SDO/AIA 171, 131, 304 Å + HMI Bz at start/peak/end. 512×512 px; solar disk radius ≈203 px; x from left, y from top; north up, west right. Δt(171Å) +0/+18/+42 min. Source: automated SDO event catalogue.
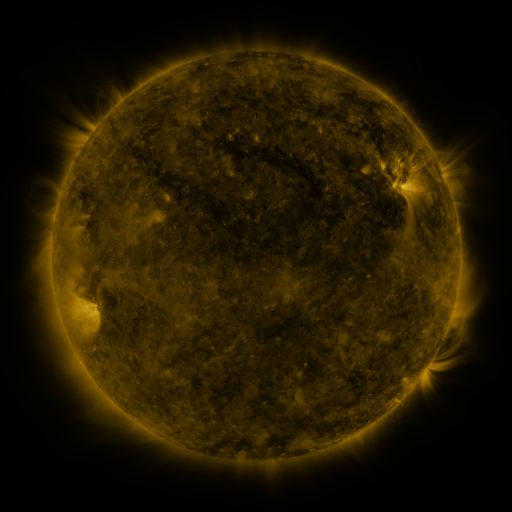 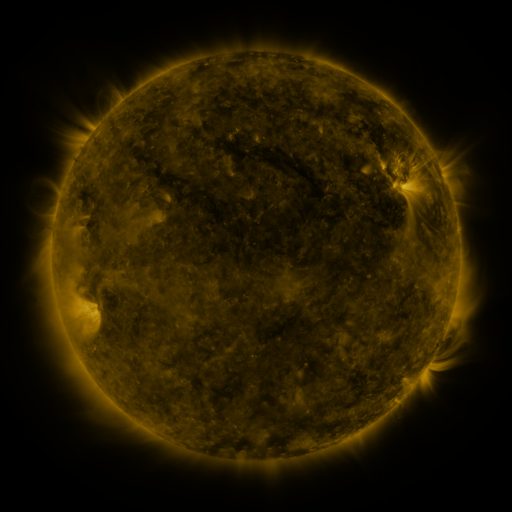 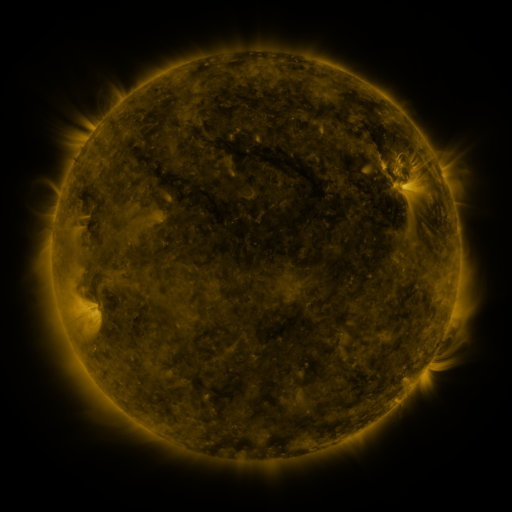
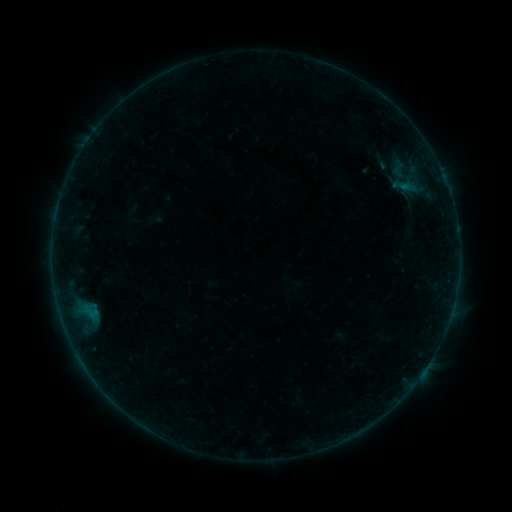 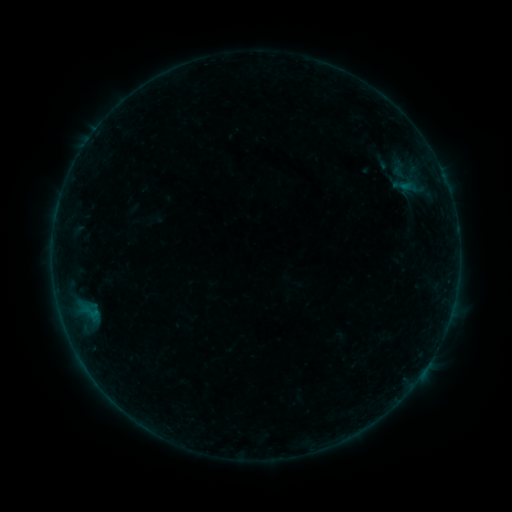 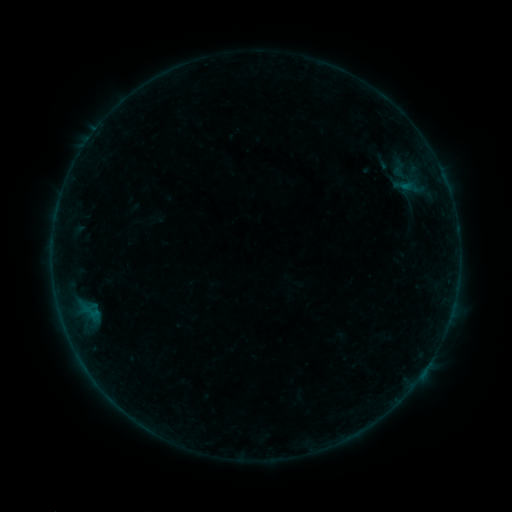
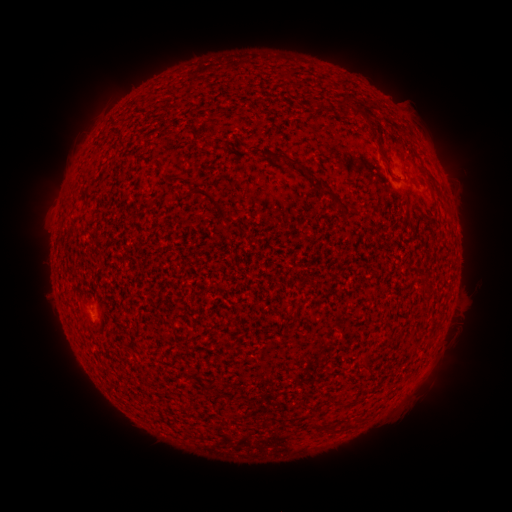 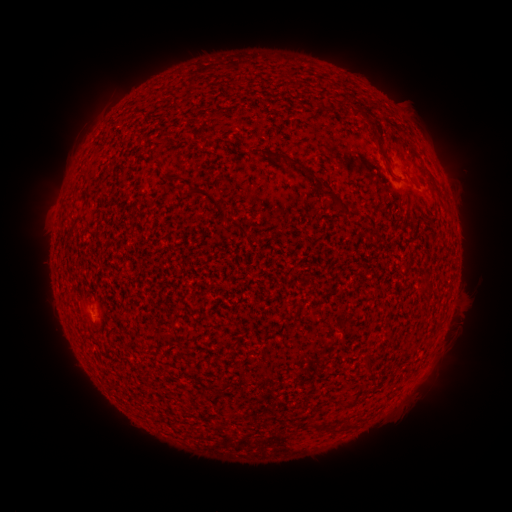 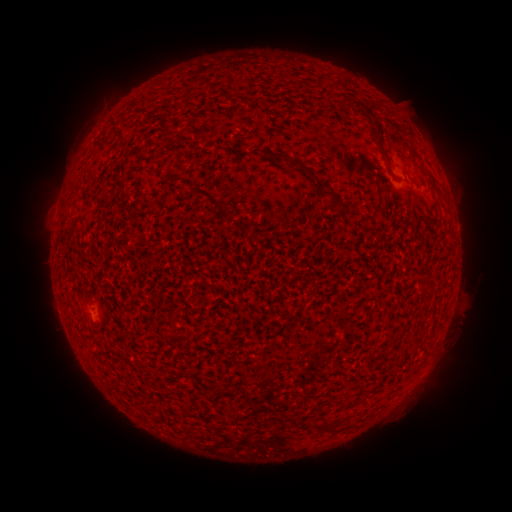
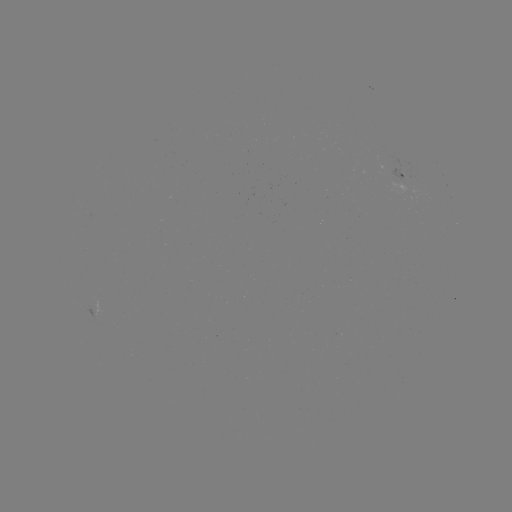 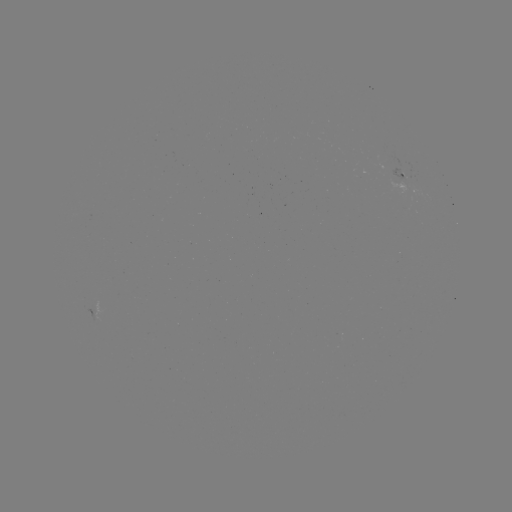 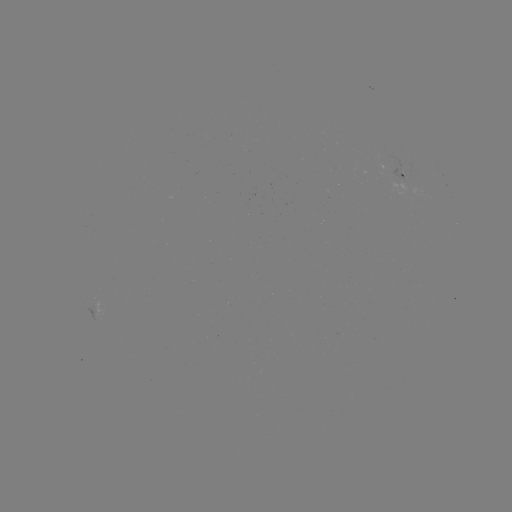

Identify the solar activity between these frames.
nothing was catalogued: no classed flare, no EUV trigger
